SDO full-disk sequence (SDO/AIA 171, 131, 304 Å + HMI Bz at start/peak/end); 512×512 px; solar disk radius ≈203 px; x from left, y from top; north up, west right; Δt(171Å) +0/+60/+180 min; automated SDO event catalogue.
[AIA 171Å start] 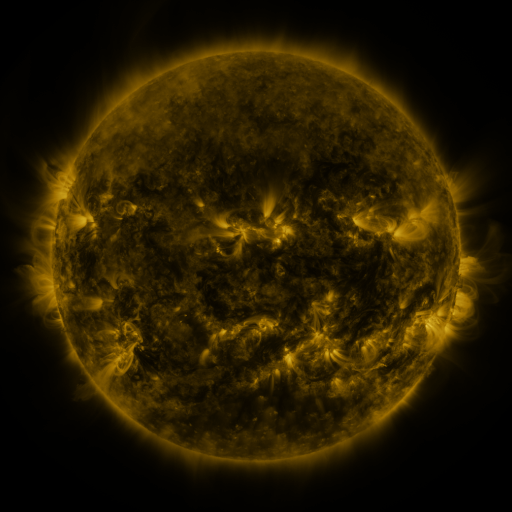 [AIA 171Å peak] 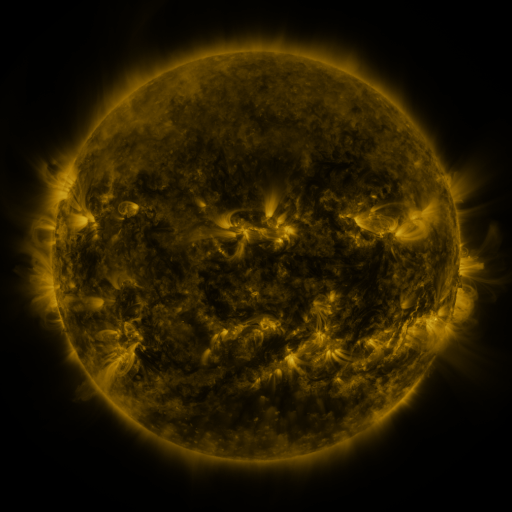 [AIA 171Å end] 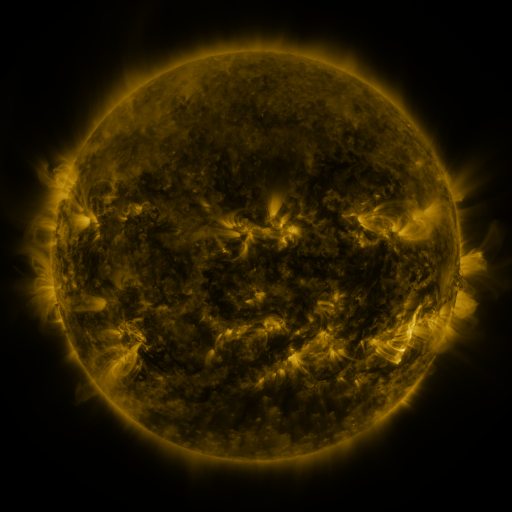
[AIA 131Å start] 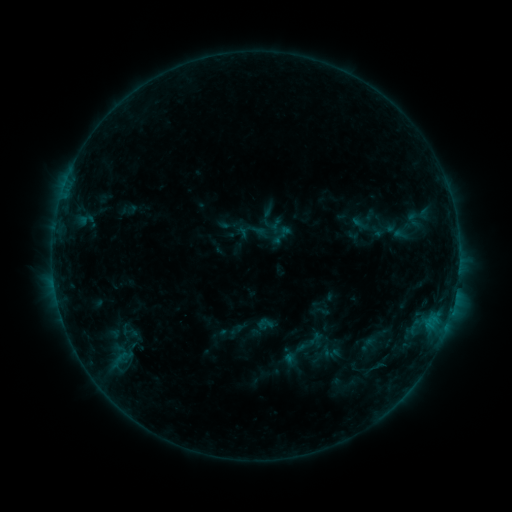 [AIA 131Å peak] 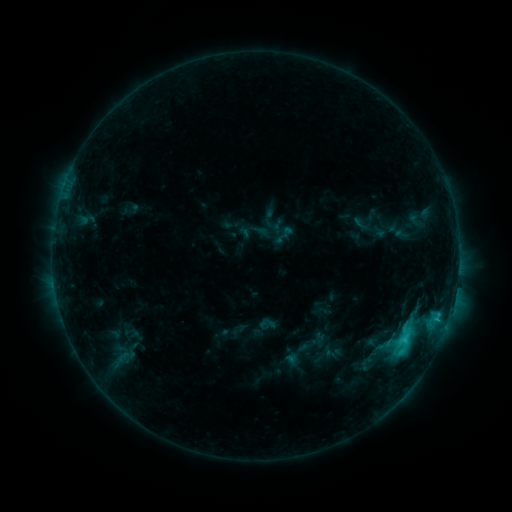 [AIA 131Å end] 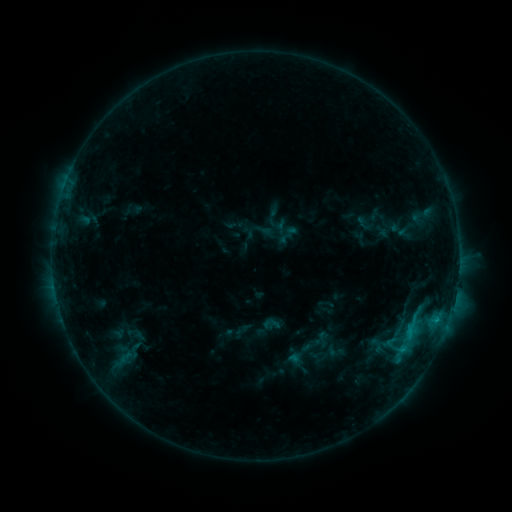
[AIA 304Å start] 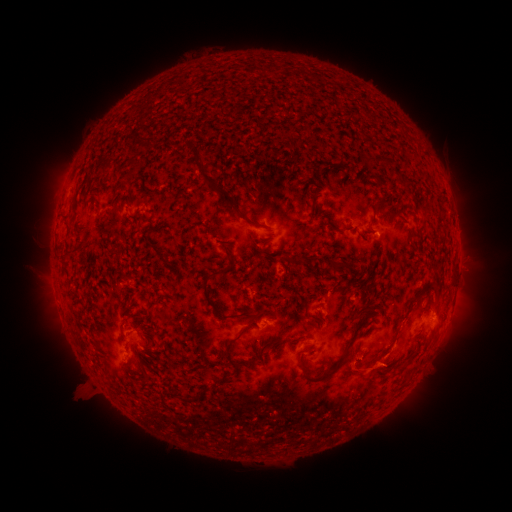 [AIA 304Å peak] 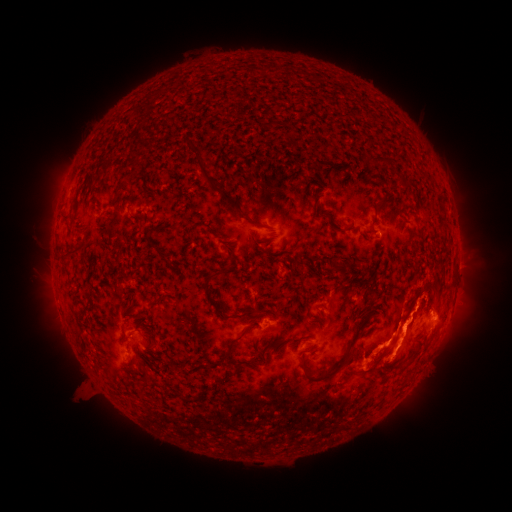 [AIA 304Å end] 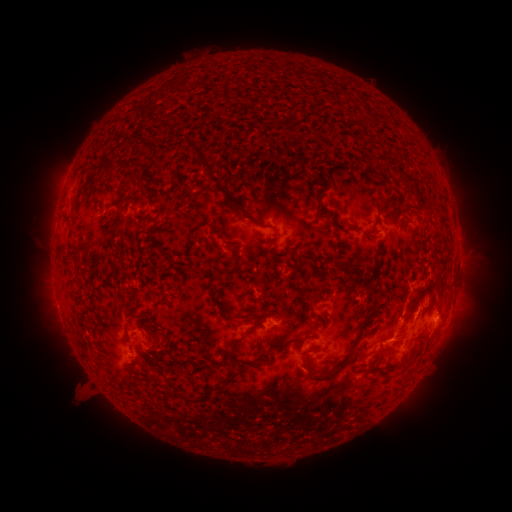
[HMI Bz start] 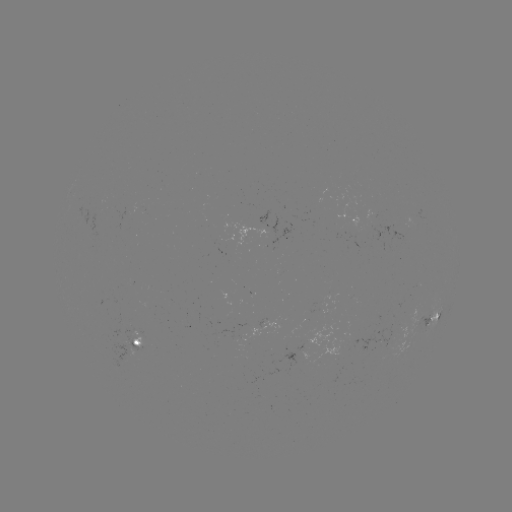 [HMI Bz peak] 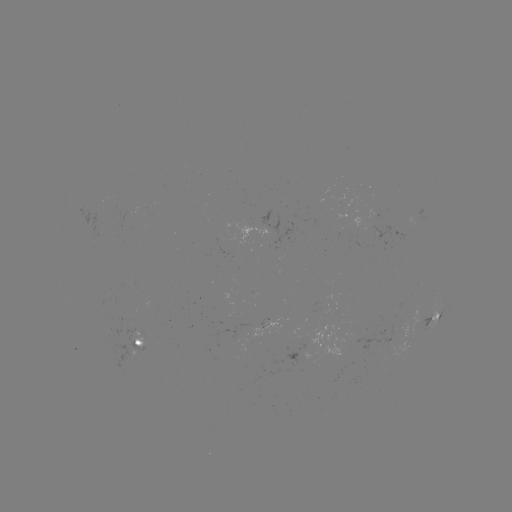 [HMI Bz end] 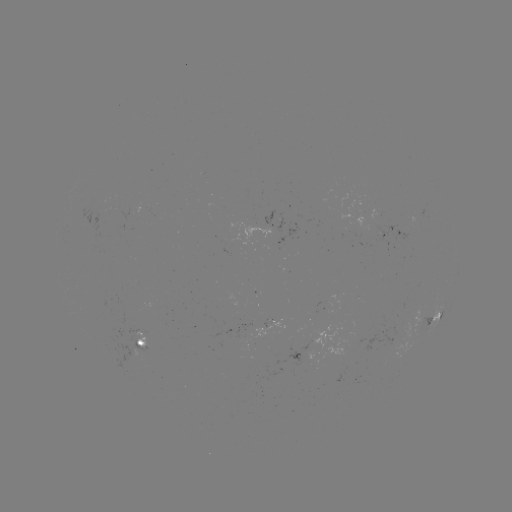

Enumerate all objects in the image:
C3.1 flare: (404, 338)
